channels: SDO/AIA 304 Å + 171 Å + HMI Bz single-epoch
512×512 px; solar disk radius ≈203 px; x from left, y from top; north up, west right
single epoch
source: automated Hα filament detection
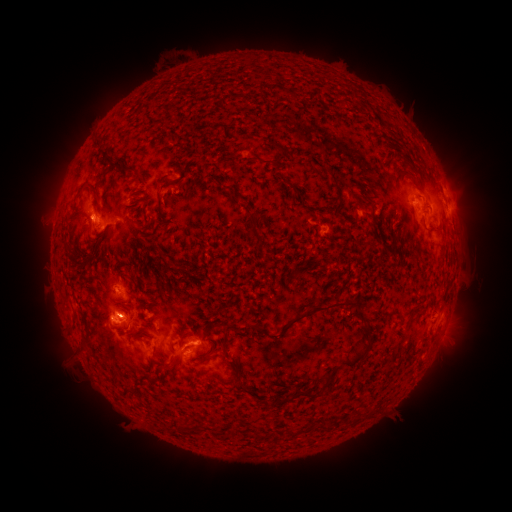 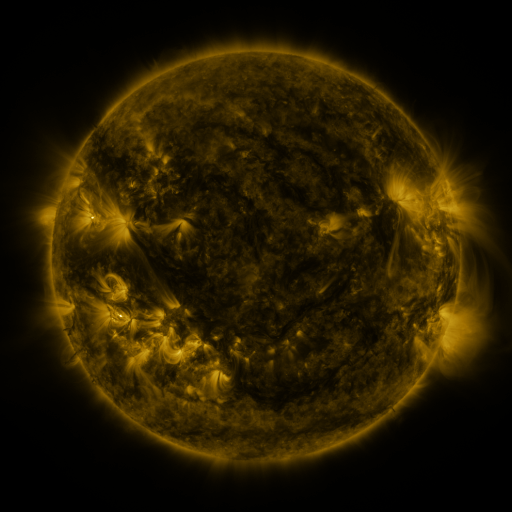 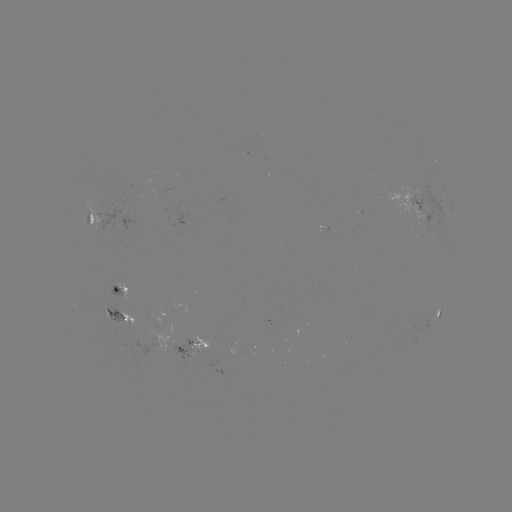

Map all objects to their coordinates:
filament: (96, 144)
filament: (279, 147)
filament: (113, 167)
filament: (130, 171)
filament: (416, 182)
filament: (90, 188)
filament: (364, 190)
filament: (356, 197)
filament: (159, 206)
filament: (253, 225)
filament: (257, 226)
filament: (267, 255)
filament: (72, 259)
filament: (315, 307)
filament: (259, 329)
filament: (143, 335)
filament: (87, 341)
filament: (226, 342)
filament: (366, 350)
filament: (206, 358)
filament: (168, 369)
filament: (313, 390)
filament: (188, 429)
